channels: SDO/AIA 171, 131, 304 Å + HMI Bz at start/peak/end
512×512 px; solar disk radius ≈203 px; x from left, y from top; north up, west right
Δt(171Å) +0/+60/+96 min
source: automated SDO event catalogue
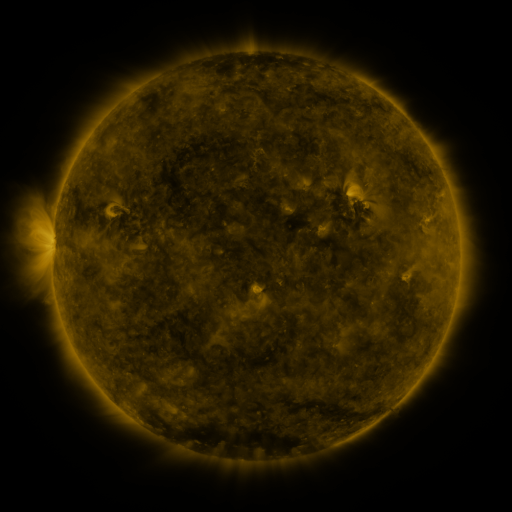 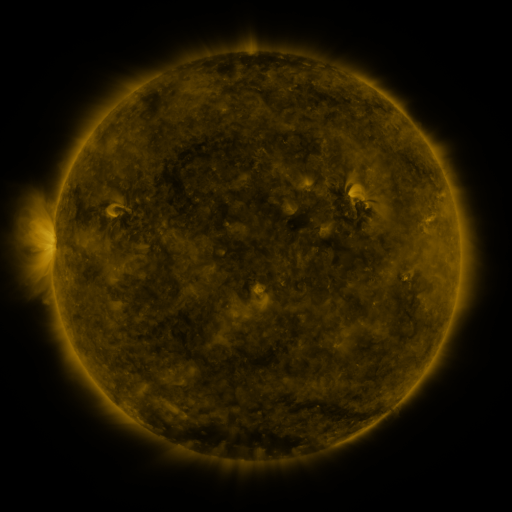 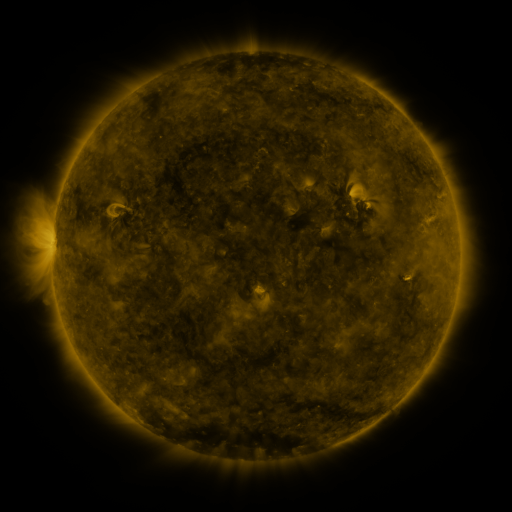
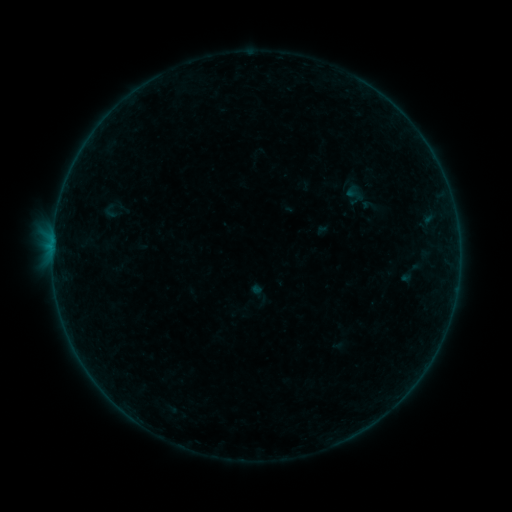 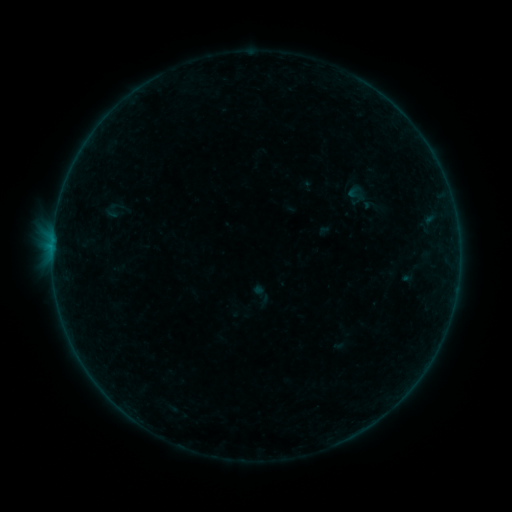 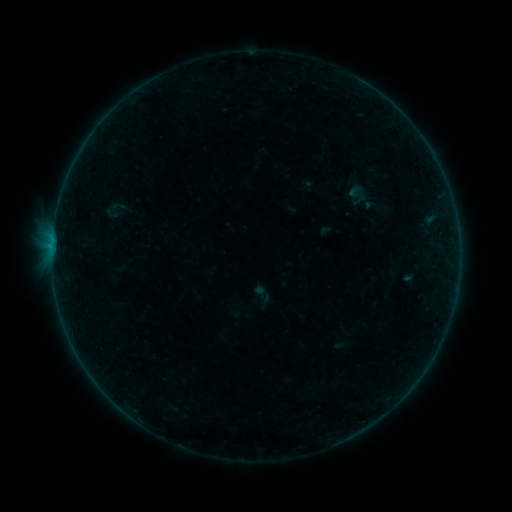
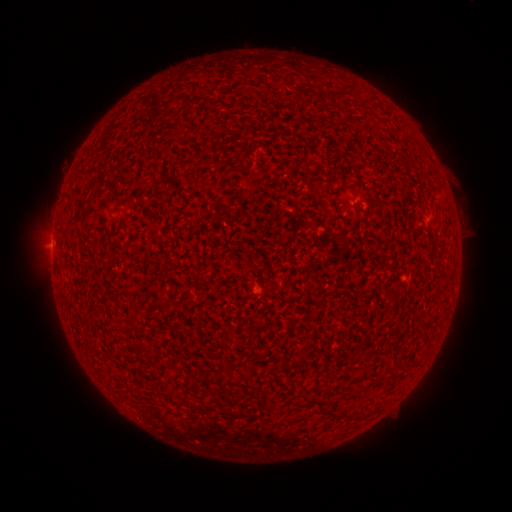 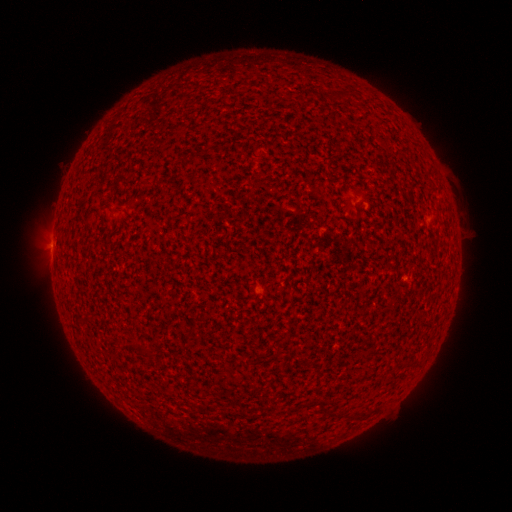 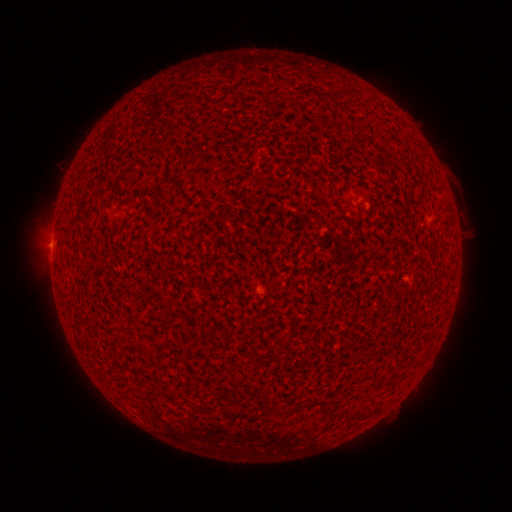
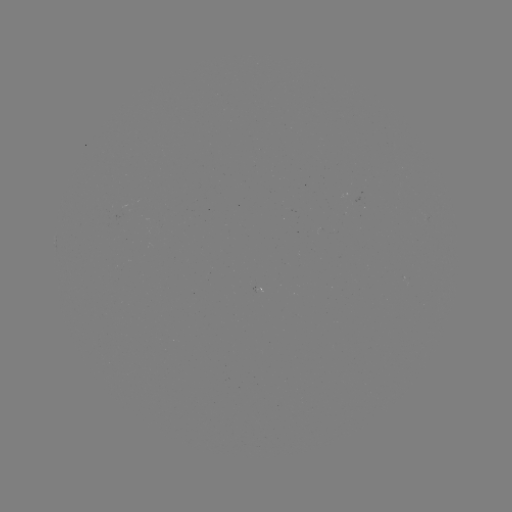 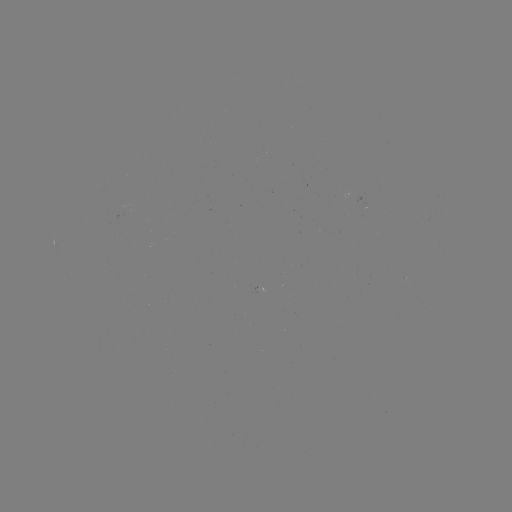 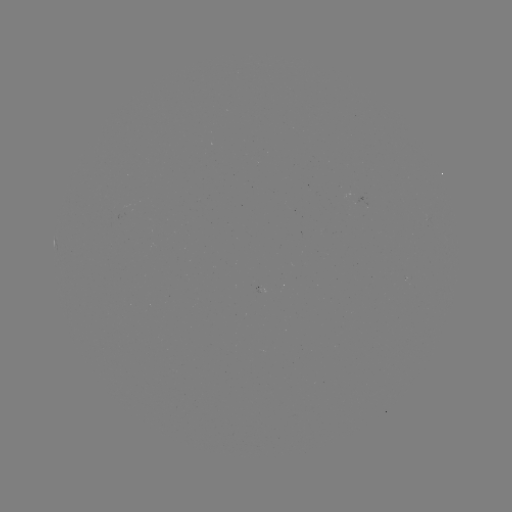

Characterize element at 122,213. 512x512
emerging-flux region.